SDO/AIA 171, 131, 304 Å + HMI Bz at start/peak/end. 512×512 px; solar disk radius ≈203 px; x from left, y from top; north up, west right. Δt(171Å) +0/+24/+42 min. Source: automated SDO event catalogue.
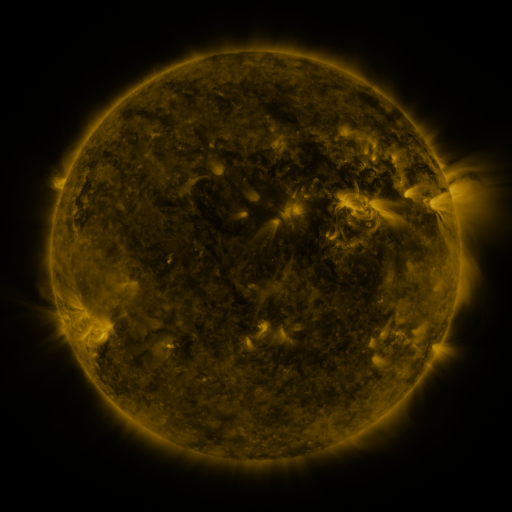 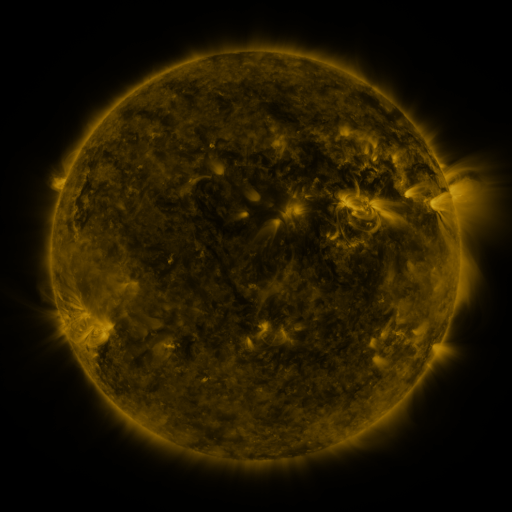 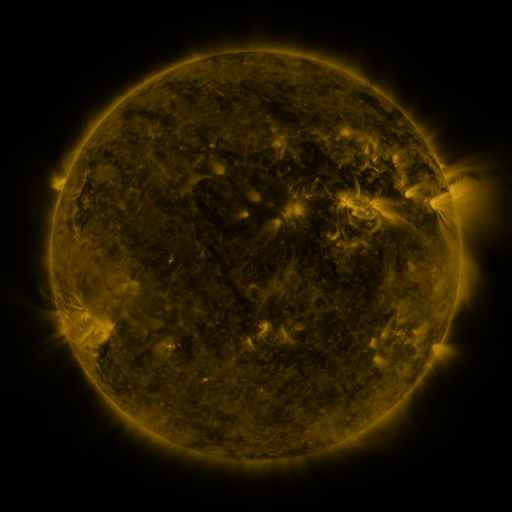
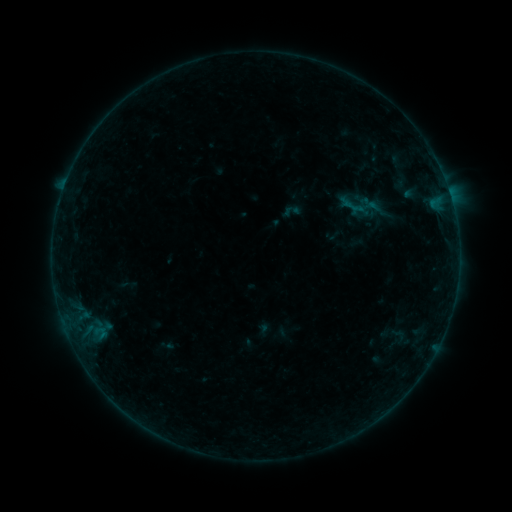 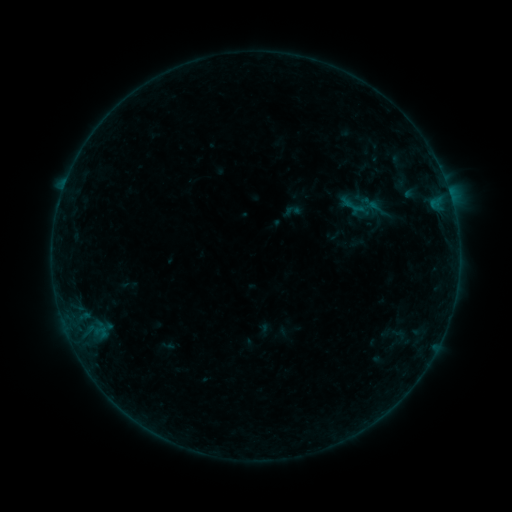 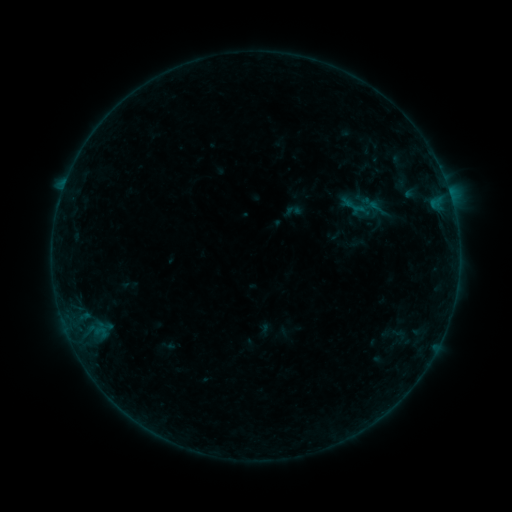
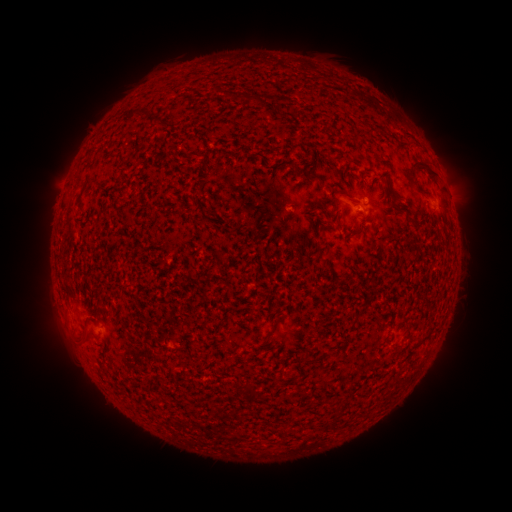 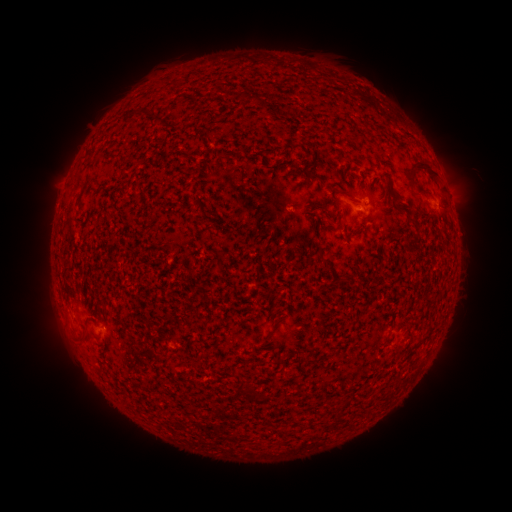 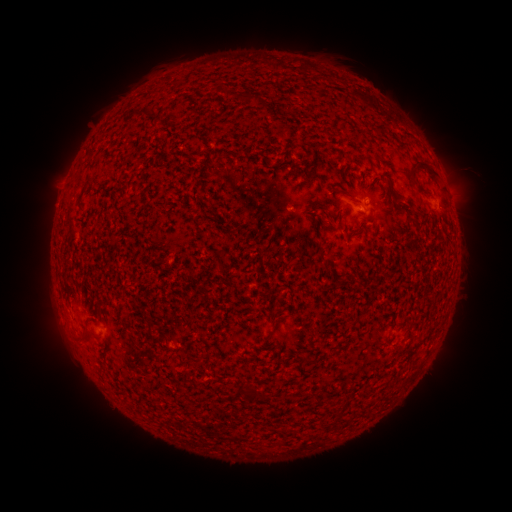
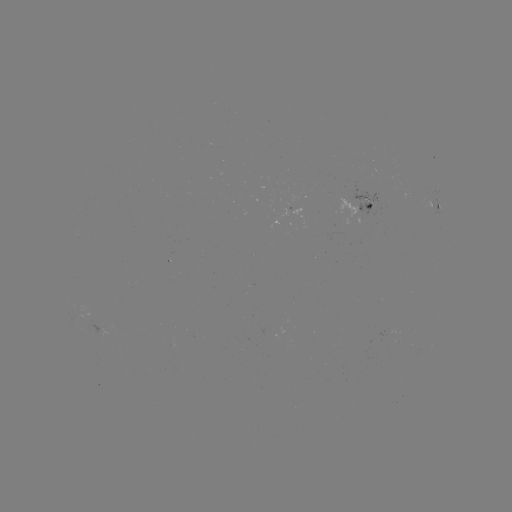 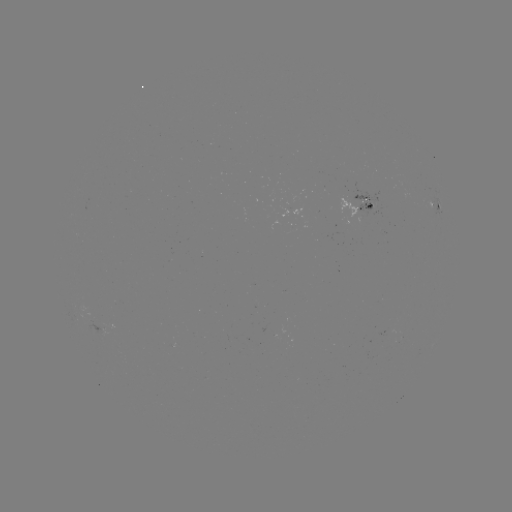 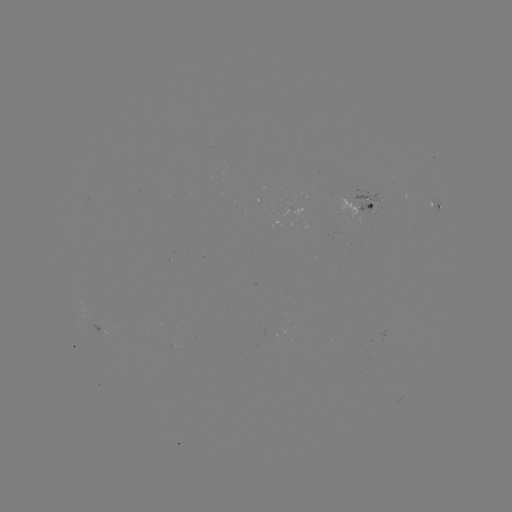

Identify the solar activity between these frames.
nothing was catalogued: no classed flare, no EUV trigger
